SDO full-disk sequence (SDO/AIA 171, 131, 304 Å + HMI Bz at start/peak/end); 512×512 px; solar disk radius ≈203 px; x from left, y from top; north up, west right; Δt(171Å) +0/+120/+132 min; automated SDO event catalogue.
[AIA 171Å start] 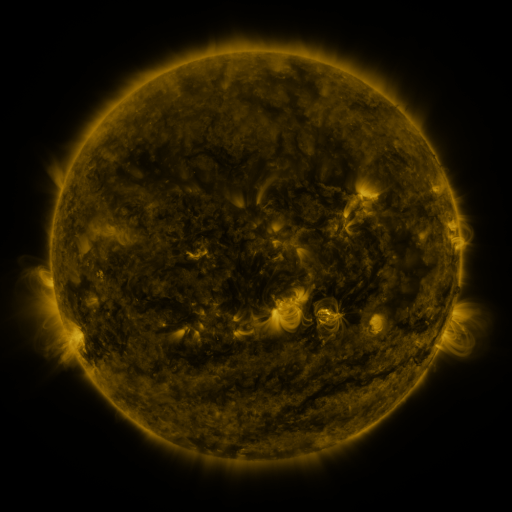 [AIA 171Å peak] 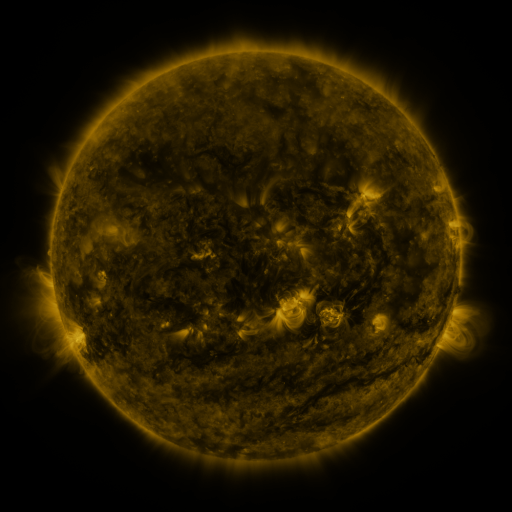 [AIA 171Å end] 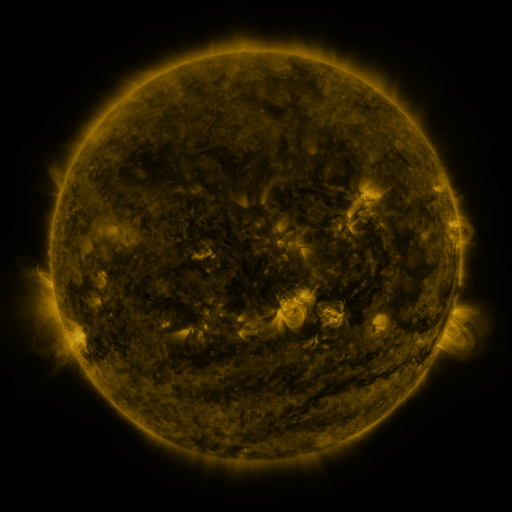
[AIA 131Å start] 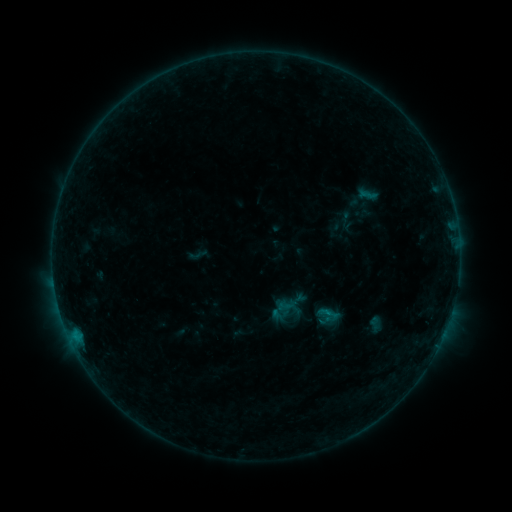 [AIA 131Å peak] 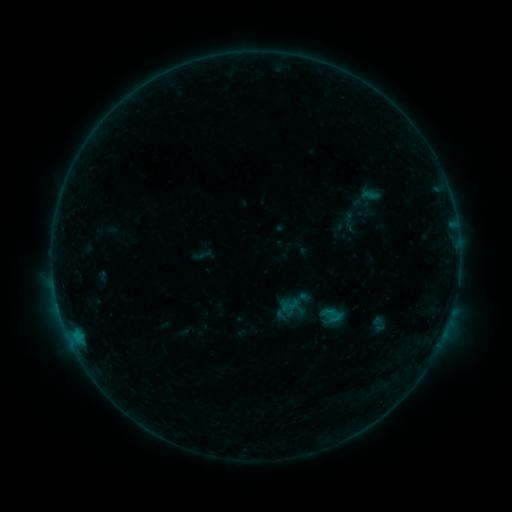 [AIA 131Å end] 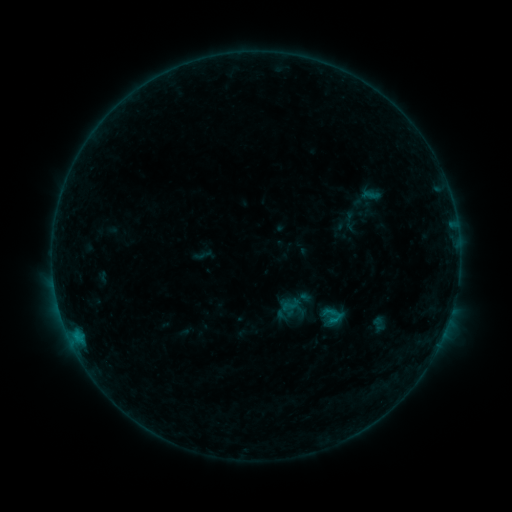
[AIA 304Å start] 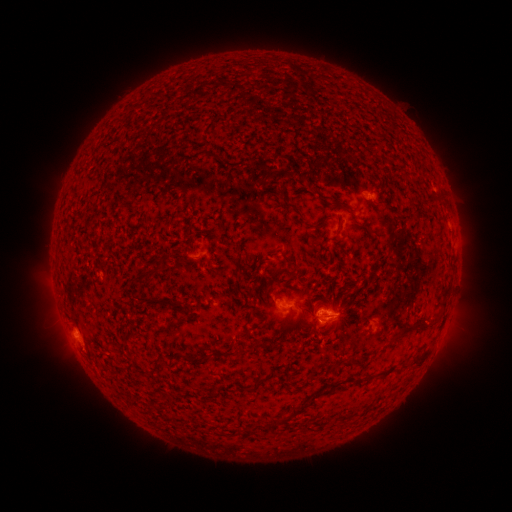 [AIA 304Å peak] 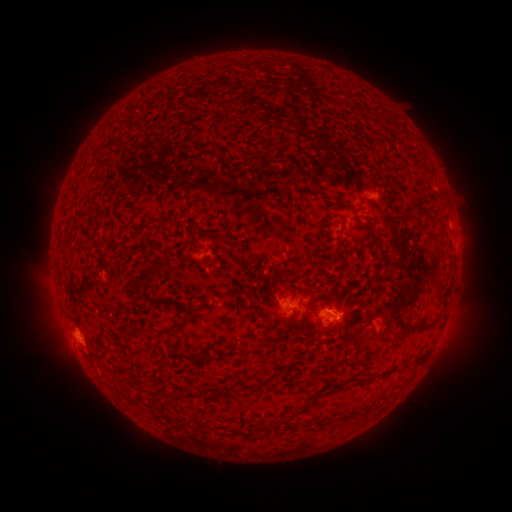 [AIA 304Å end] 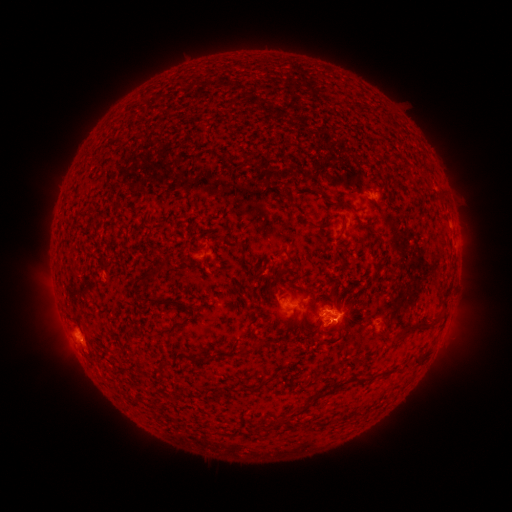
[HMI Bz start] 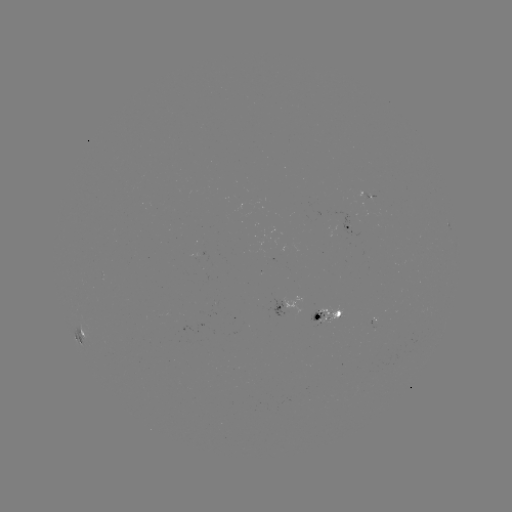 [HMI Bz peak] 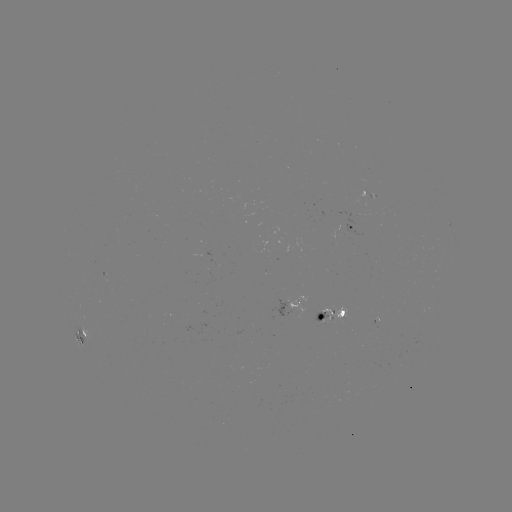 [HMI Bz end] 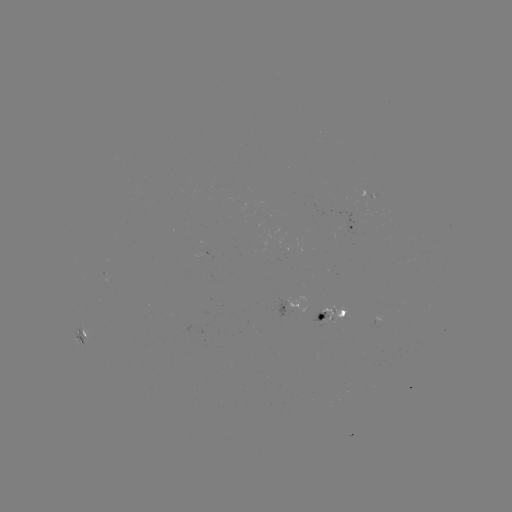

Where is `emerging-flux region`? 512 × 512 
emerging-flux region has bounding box [313, 310, 328, 324].